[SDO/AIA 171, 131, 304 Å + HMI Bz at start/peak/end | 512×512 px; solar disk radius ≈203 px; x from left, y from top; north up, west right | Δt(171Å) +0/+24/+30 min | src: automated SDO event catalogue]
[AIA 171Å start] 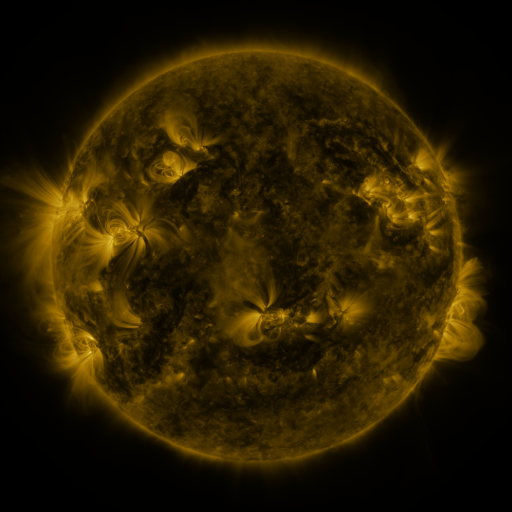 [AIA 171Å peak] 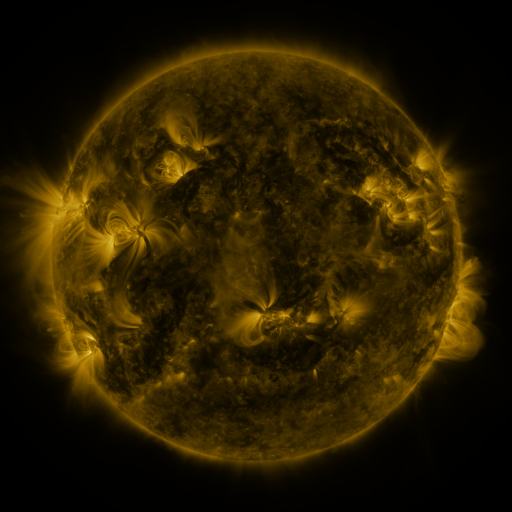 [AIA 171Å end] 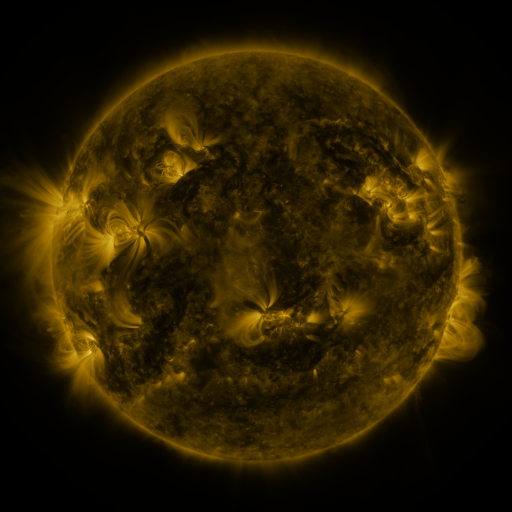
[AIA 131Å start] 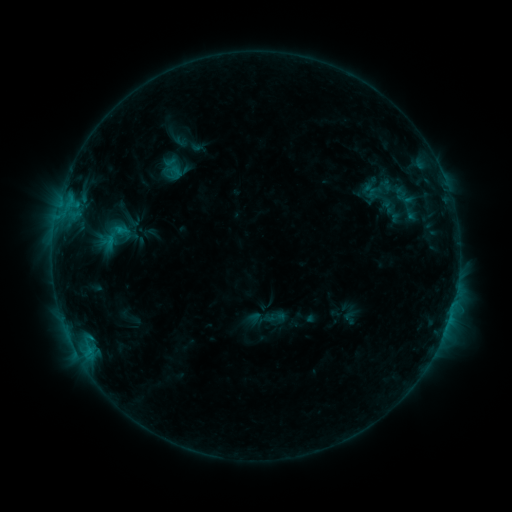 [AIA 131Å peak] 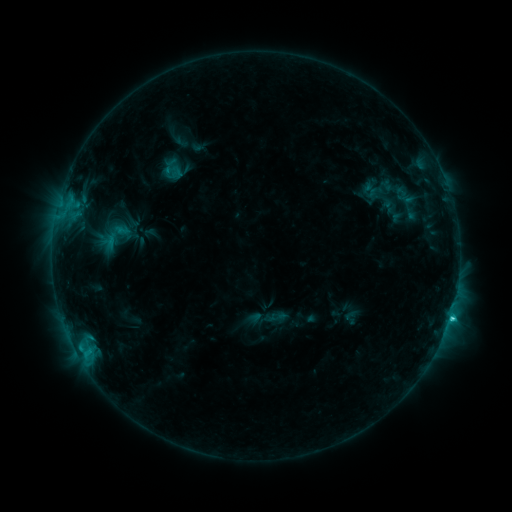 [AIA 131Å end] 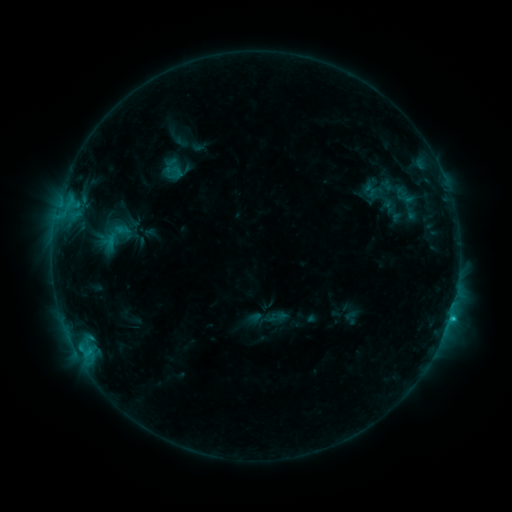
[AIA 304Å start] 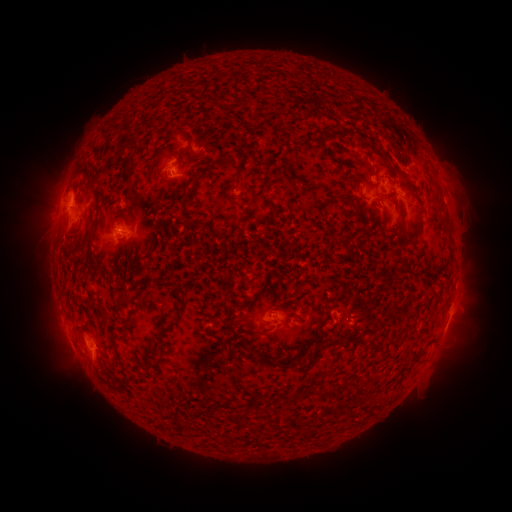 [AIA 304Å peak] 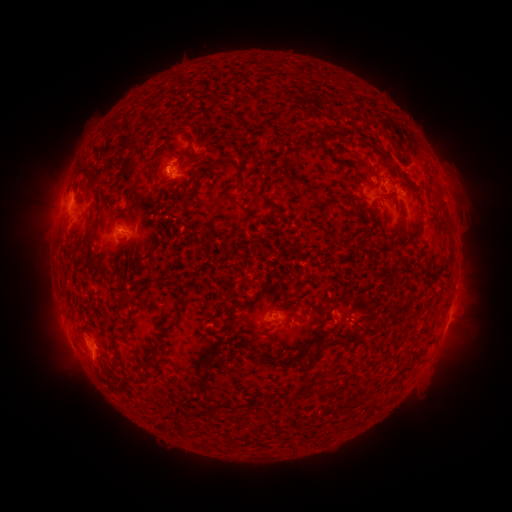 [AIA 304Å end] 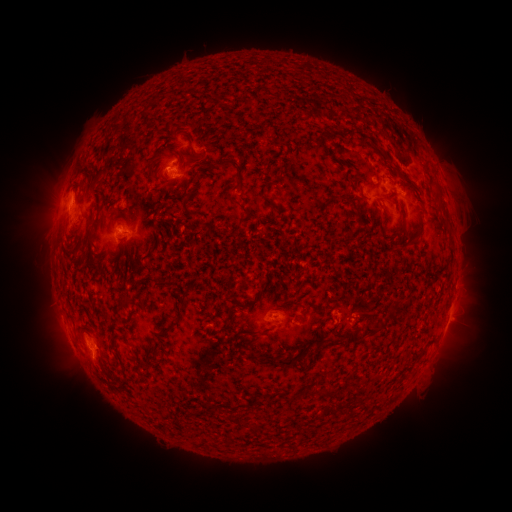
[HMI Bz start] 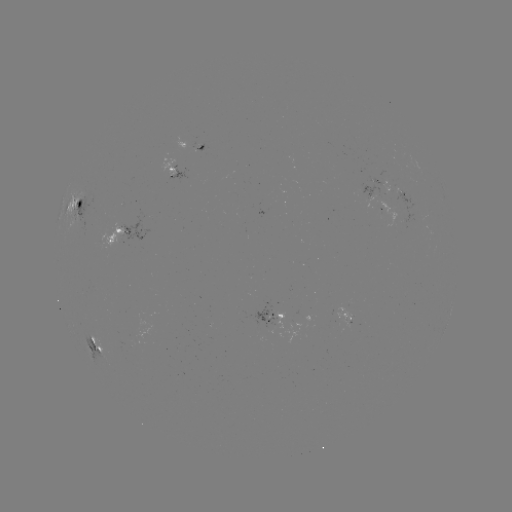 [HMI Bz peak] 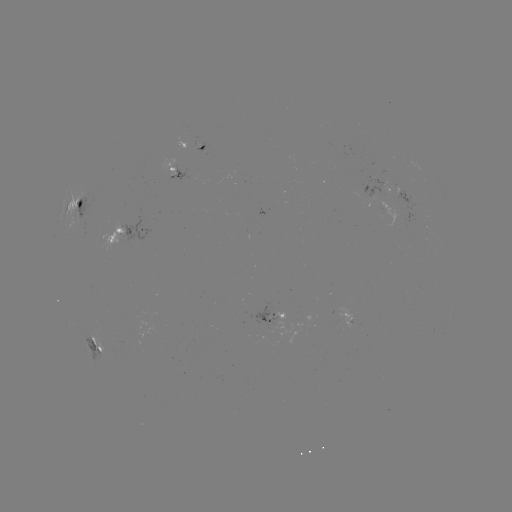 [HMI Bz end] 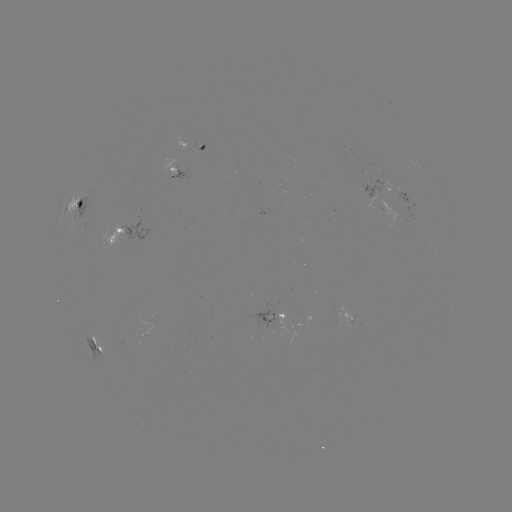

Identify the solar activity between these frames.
C2.2 flare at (450, 315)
